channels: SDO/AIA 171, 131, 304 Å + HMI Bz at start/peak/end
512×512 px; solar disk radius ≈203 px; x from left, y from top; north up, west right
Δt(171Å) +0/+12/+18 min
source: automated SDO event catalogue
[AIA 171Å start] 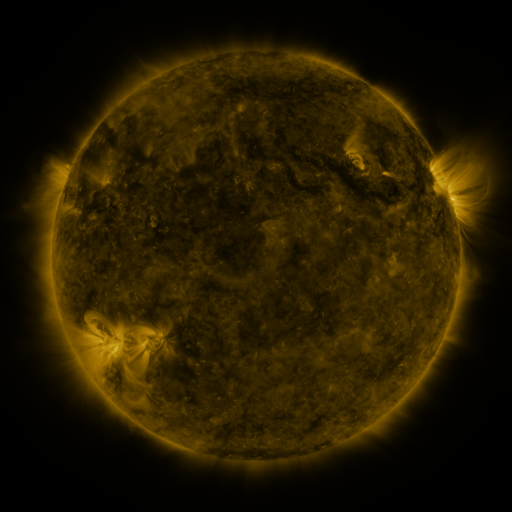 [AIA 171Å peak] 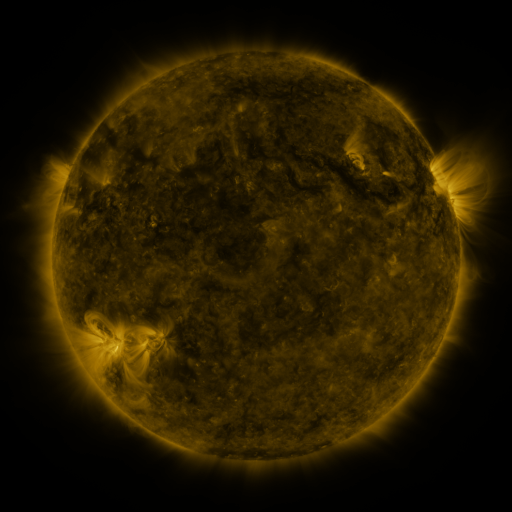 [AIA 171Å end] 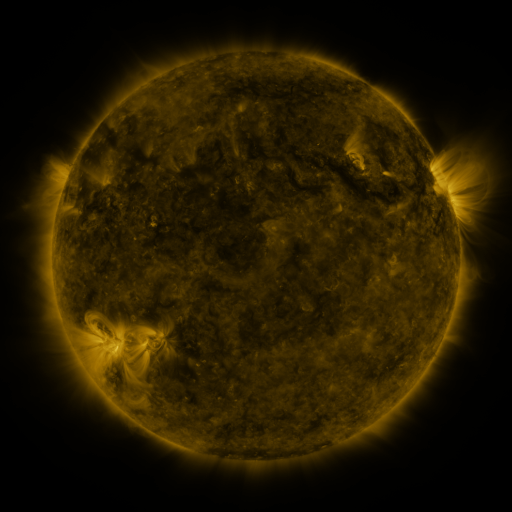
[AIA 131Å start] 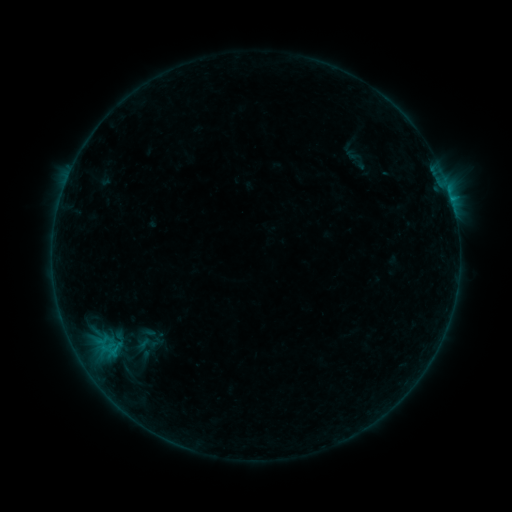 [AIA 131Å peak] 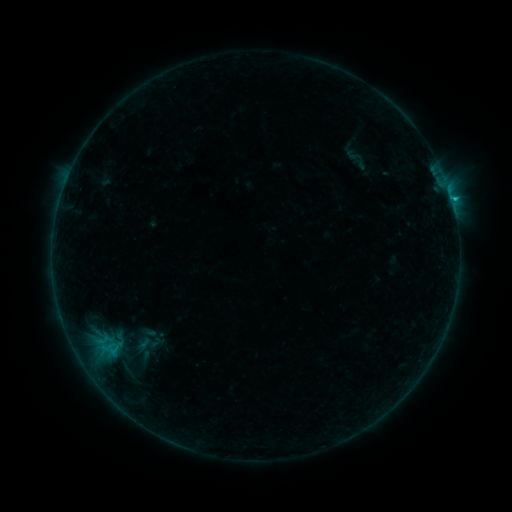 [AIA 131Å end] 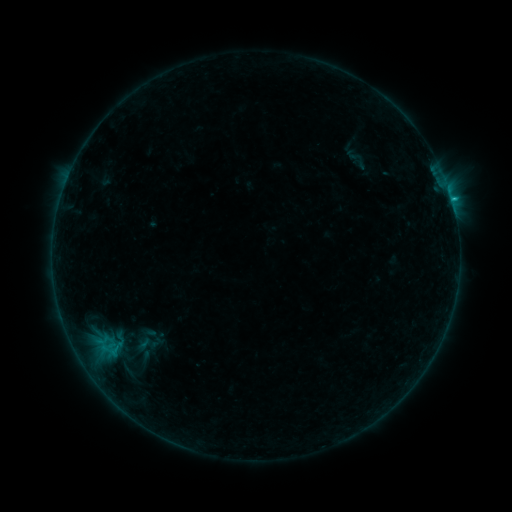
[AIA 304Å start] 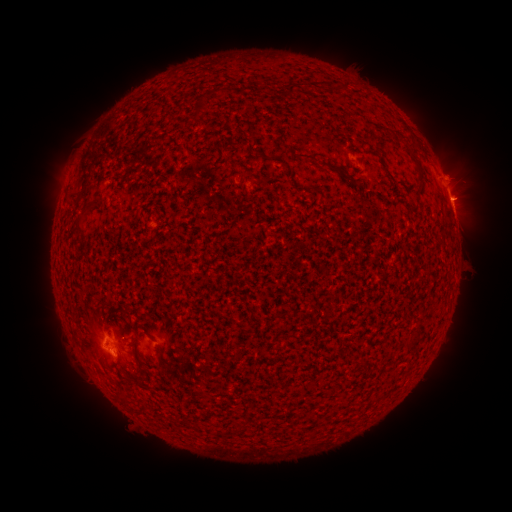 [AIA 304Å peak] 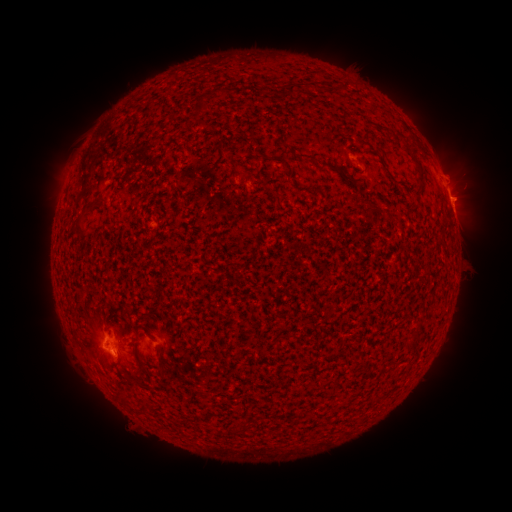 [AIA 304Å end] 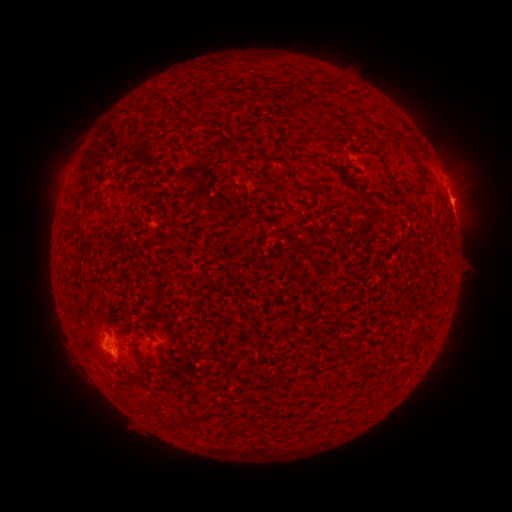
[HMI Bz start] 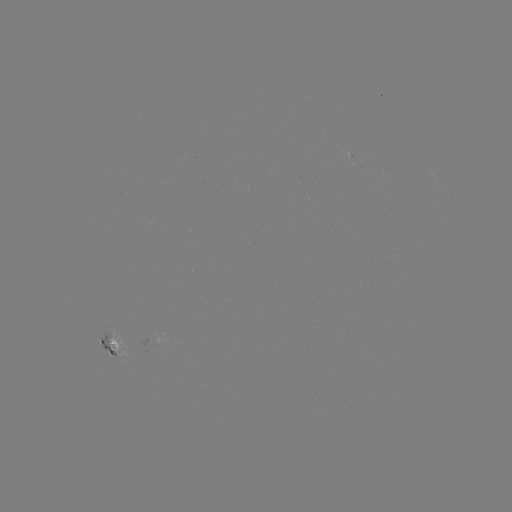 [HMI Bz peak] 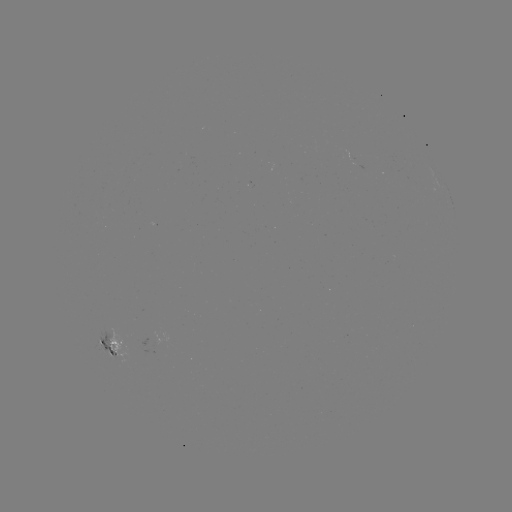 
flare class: B8.5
